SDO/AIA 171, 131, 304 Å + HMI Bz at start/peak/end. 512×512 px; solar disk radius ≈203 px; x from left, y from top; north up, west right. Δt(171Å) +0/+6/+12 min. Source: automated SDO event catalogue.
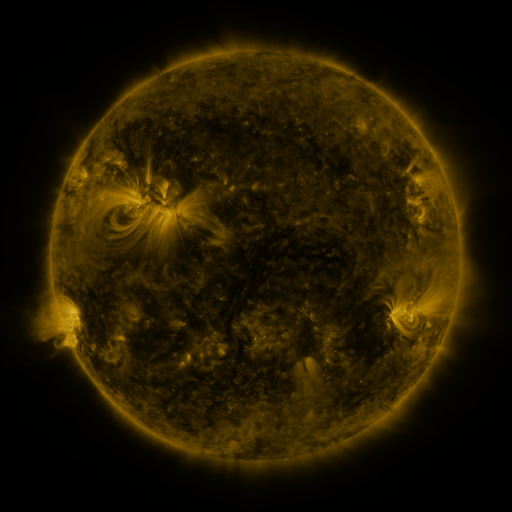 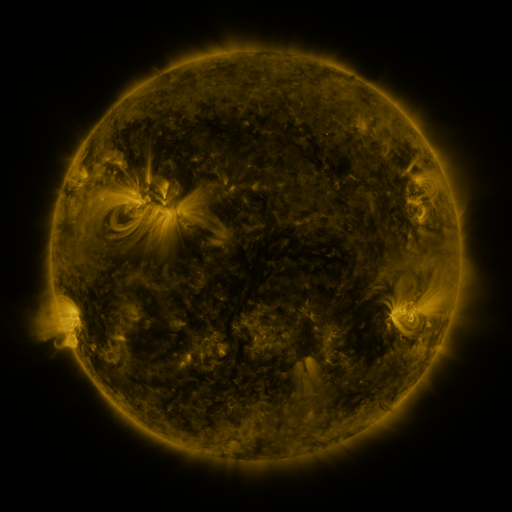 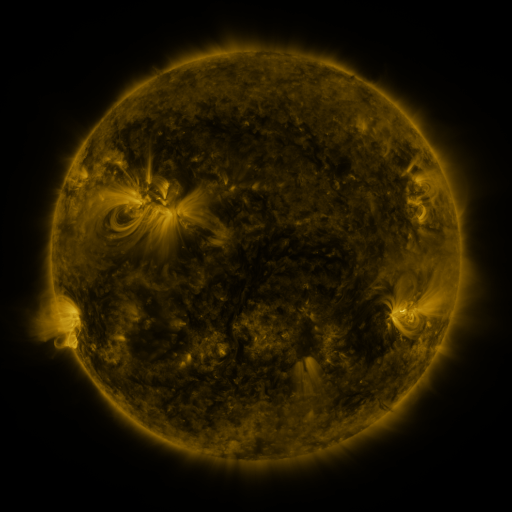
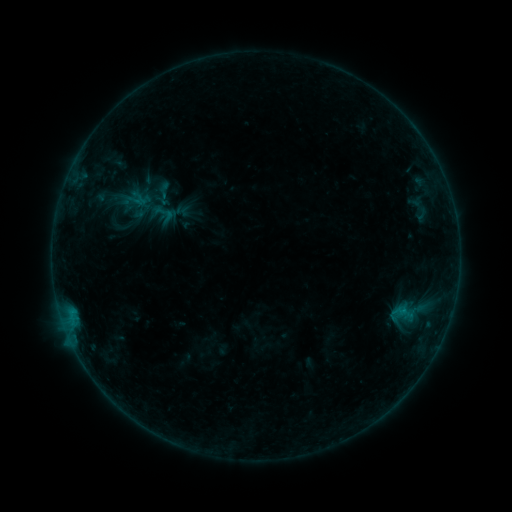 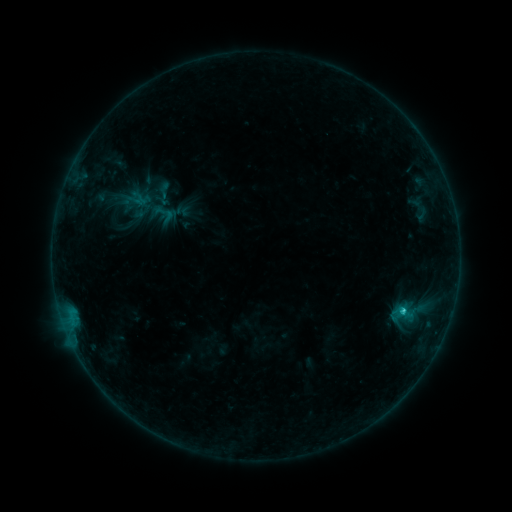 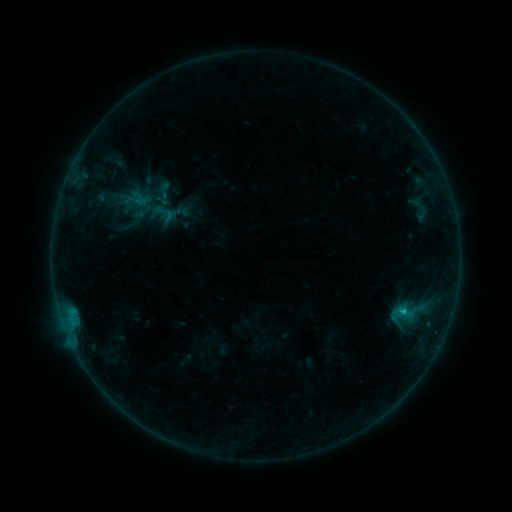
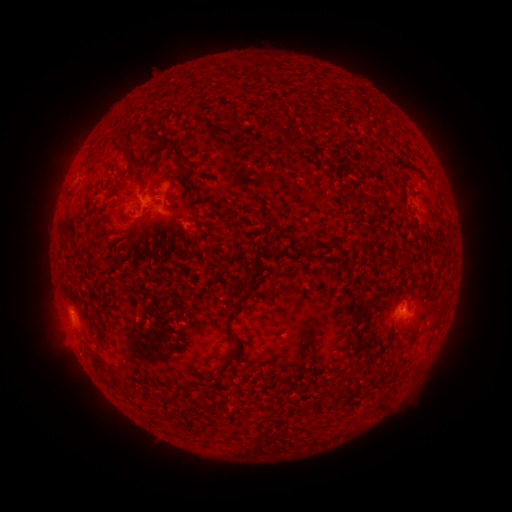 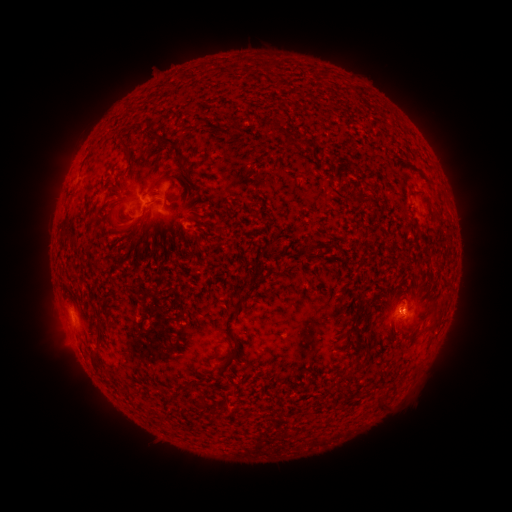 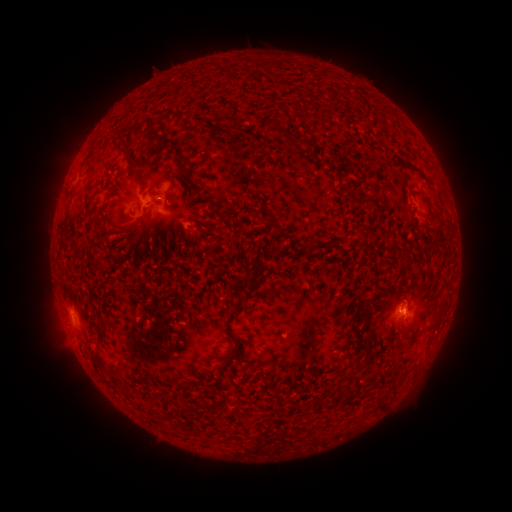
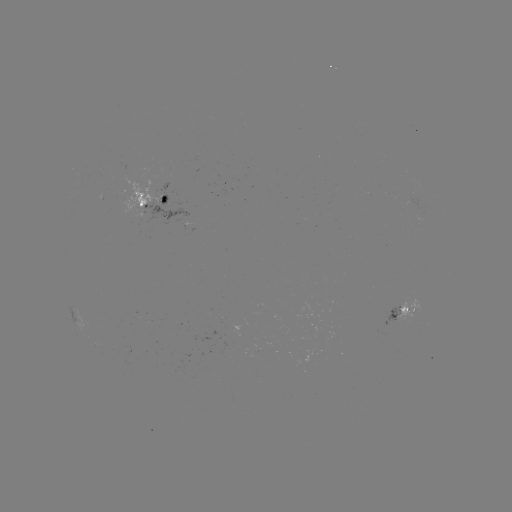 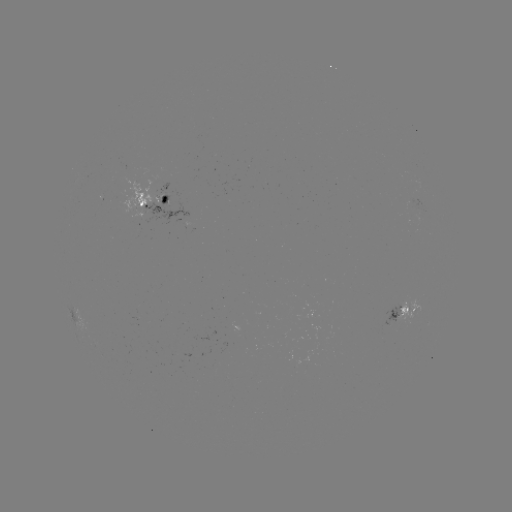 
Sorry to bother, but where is B8.8 flare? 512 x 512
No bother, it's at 400,308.